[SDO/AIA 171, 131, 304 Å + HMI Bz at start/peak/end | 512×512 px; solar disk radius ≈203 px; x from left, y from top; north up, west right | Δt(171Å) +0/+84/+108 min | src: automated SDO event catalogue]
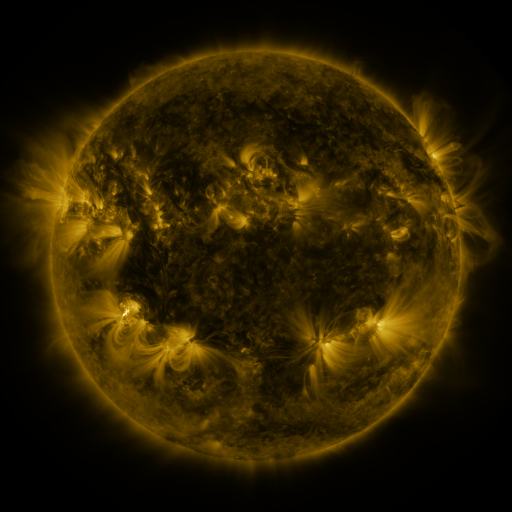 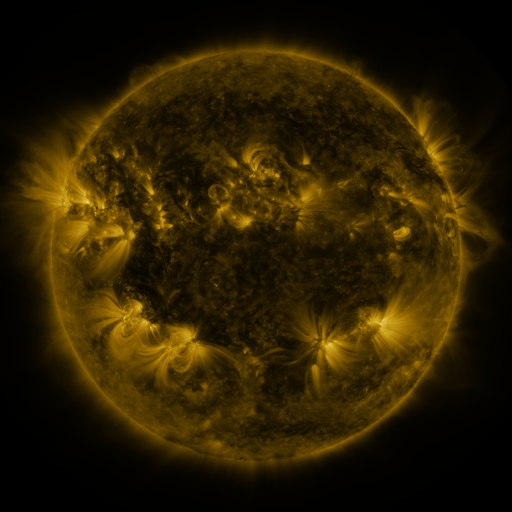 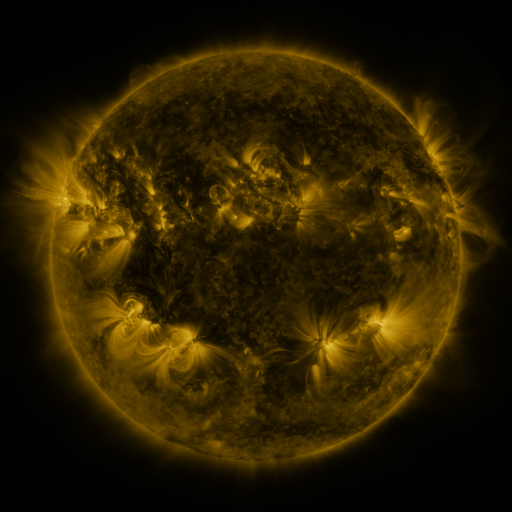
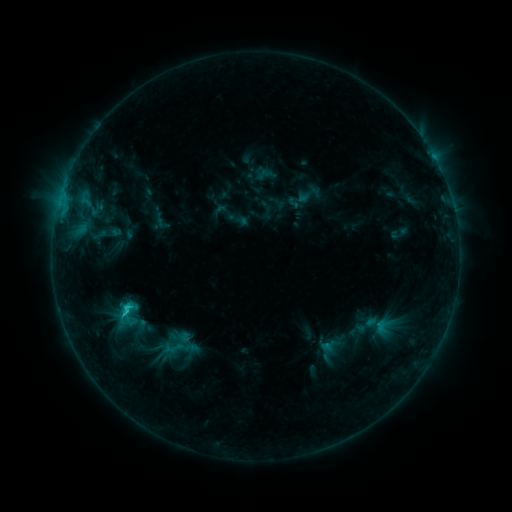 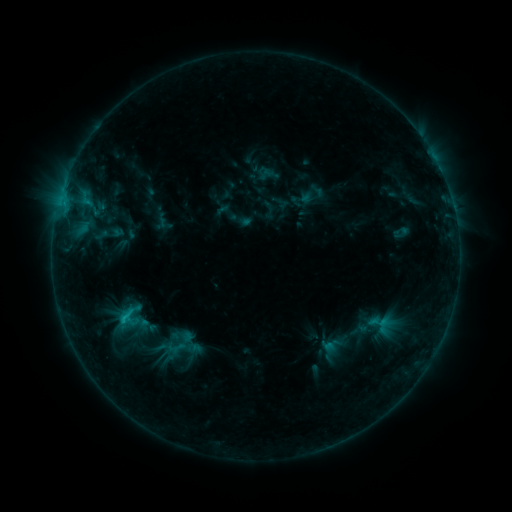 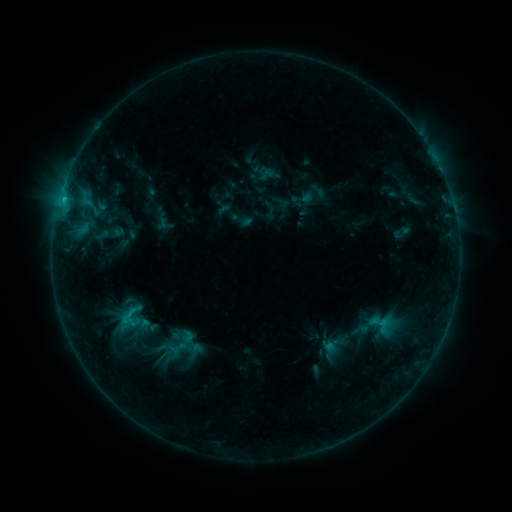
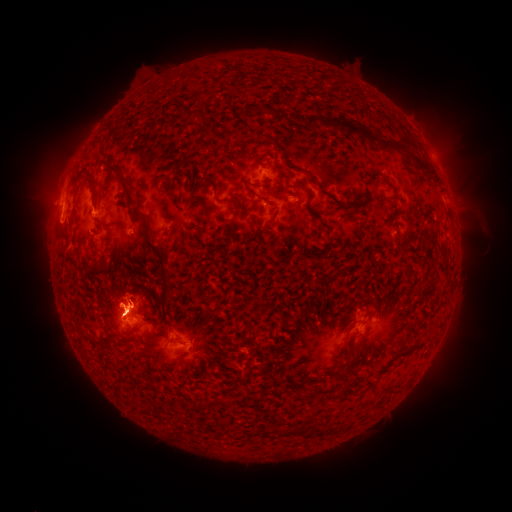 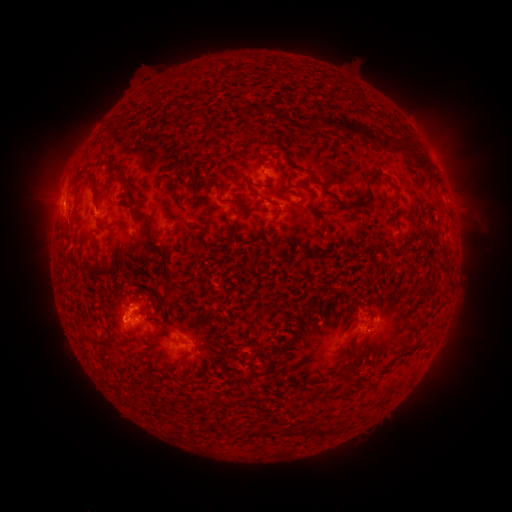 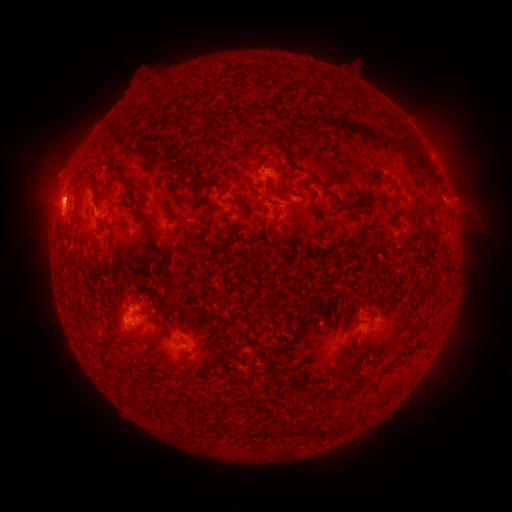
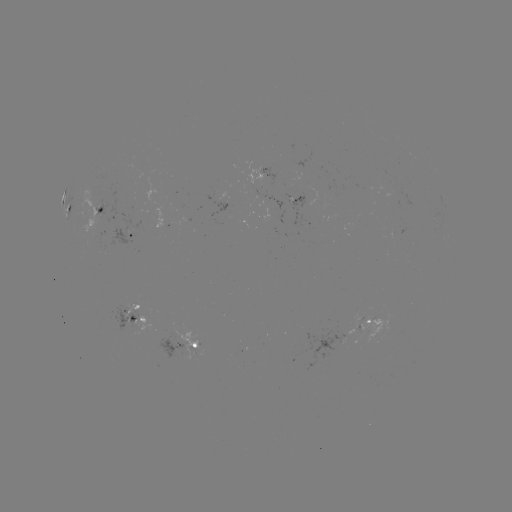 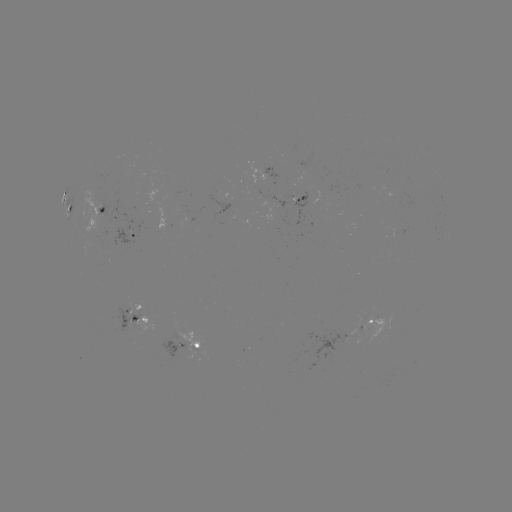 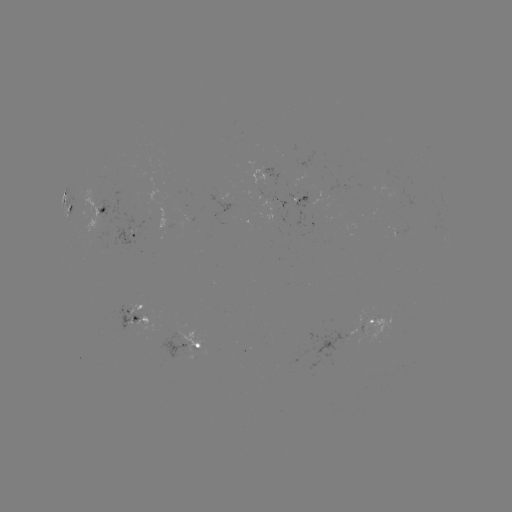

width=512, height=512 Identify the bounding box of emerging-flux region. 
[362, 314, 392, 342].